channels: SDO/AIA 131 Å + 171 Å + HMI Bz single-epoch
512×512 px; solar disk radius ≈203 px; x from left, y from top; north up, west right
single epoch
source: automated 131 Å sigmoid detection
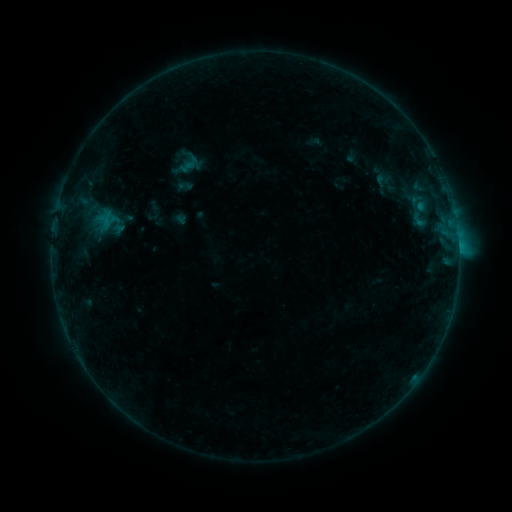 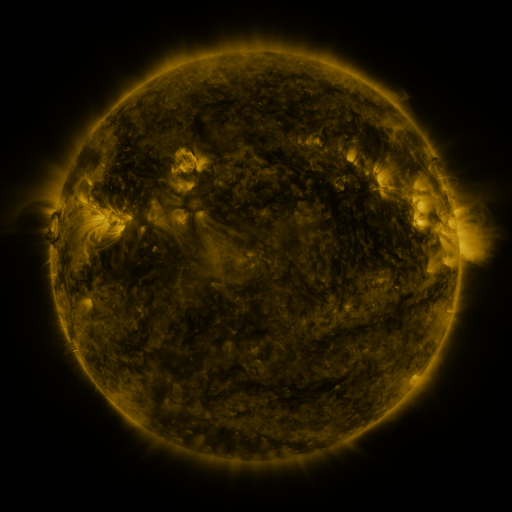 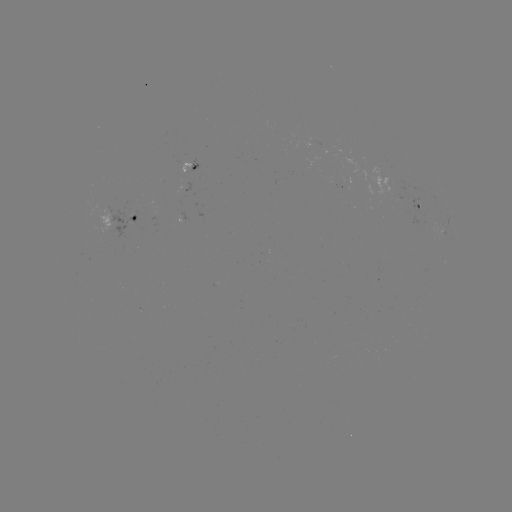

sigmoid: <bbox>167, 145, 203, 181</bbox>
